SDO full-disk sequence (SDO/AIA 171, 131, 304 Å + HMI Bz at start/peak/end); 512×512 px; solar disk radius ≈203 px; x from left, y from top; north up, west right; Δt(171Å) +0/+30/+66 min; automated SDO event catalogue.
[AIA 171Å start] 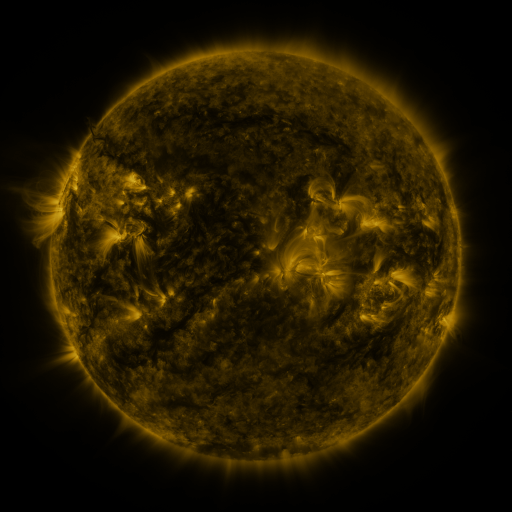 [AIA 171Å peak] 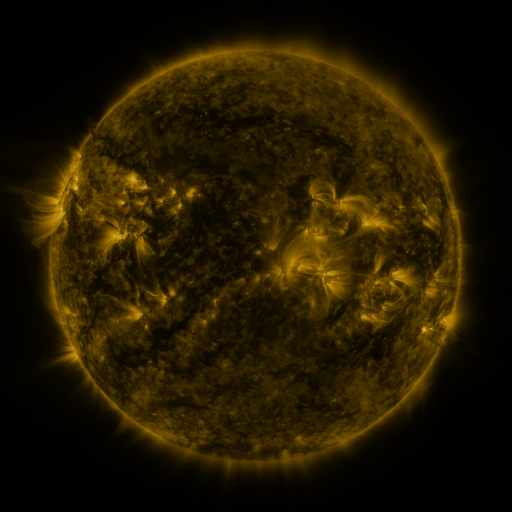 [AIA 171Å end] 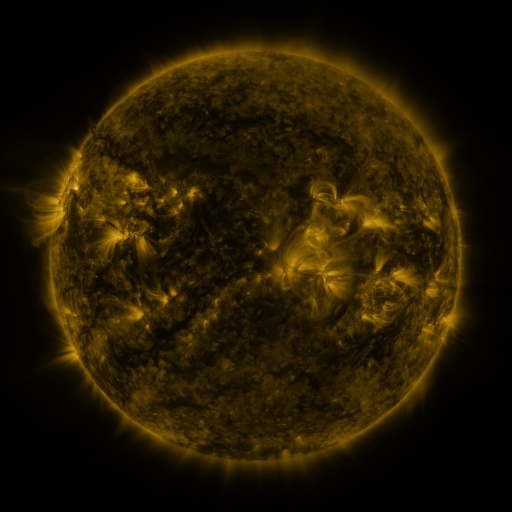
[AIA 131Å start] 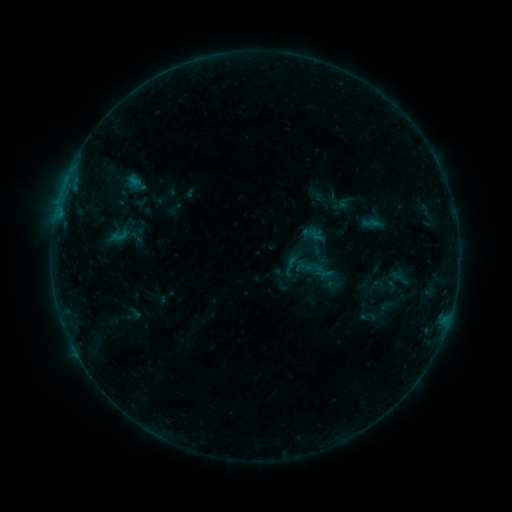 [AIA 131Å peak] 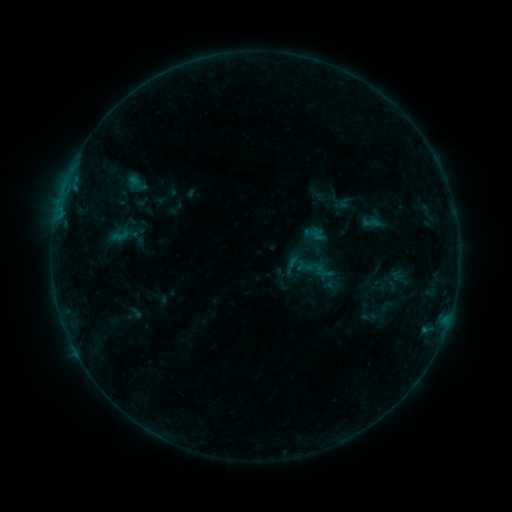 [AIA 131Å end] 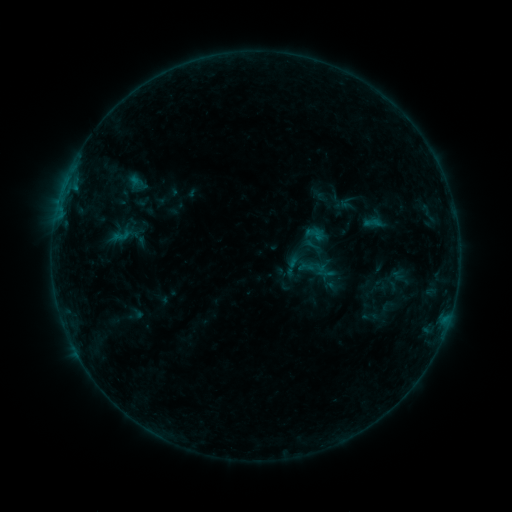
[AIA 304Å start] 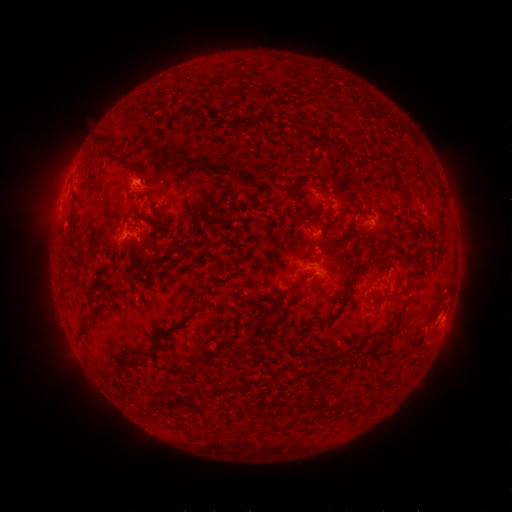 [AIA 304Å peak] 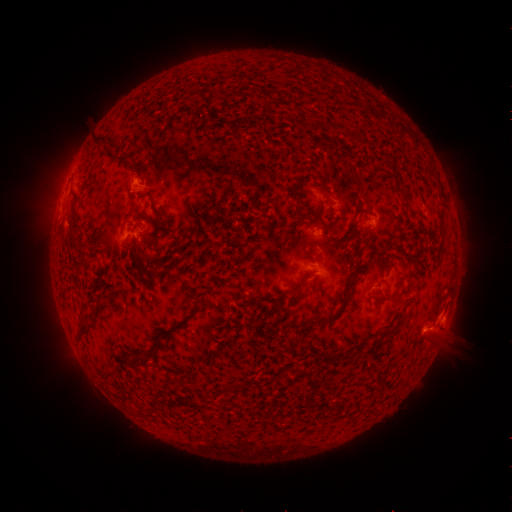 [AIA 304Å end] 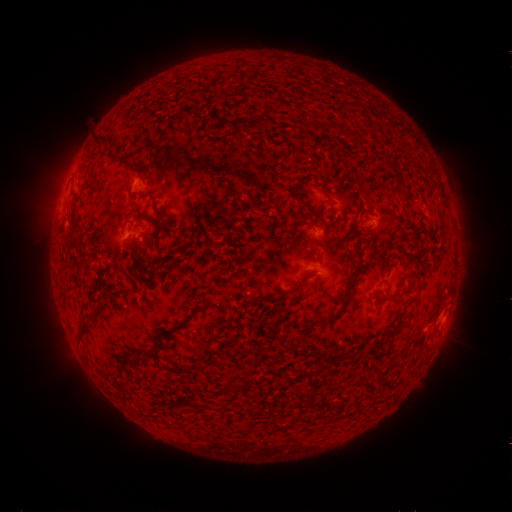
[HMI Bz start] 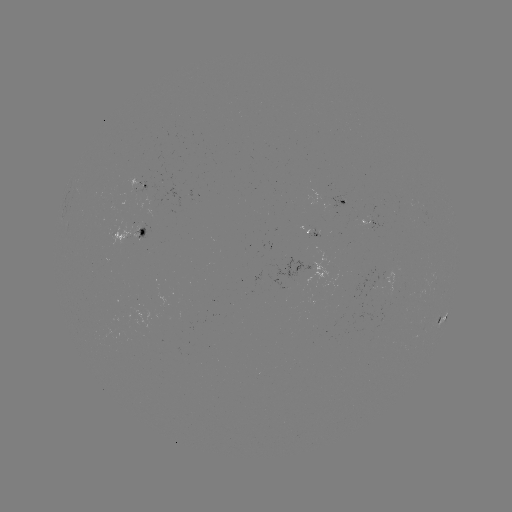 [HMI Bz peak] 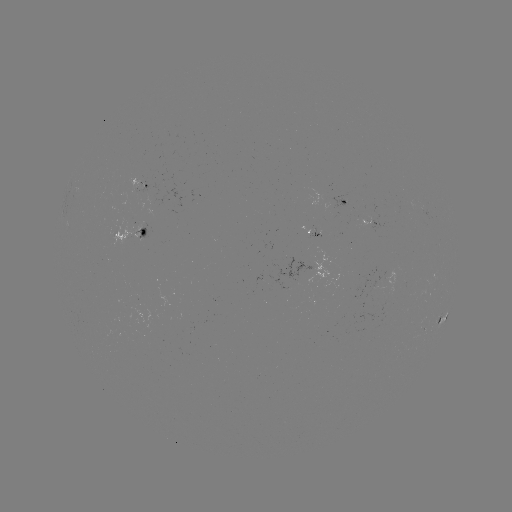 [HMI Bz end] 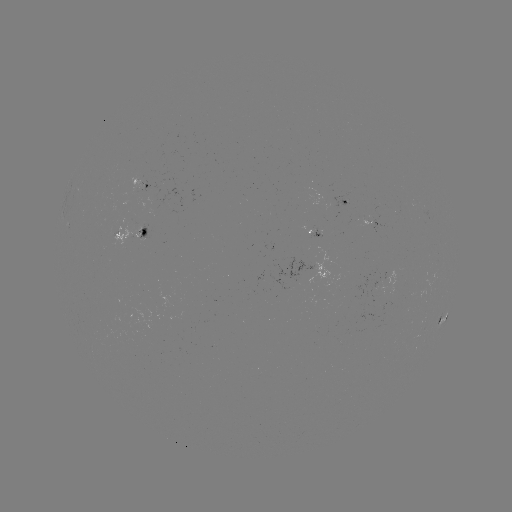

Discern filament eruption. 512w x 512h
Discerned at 448,341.